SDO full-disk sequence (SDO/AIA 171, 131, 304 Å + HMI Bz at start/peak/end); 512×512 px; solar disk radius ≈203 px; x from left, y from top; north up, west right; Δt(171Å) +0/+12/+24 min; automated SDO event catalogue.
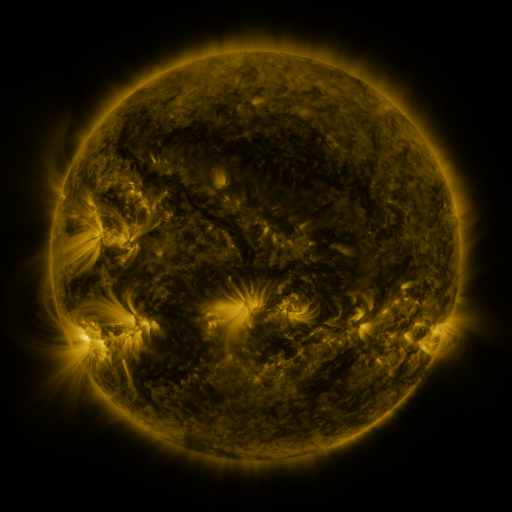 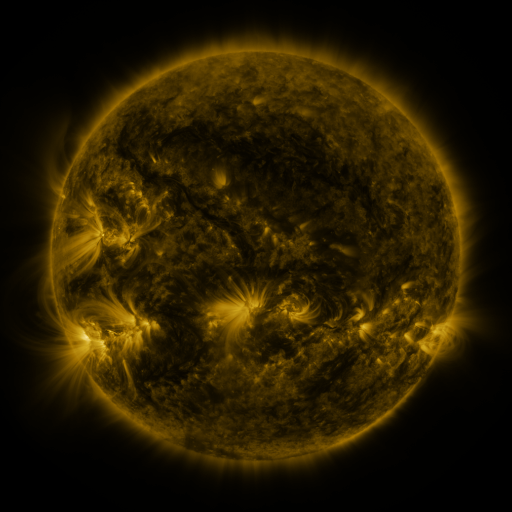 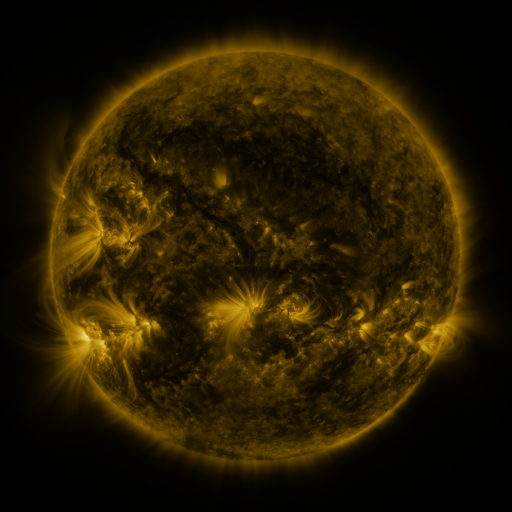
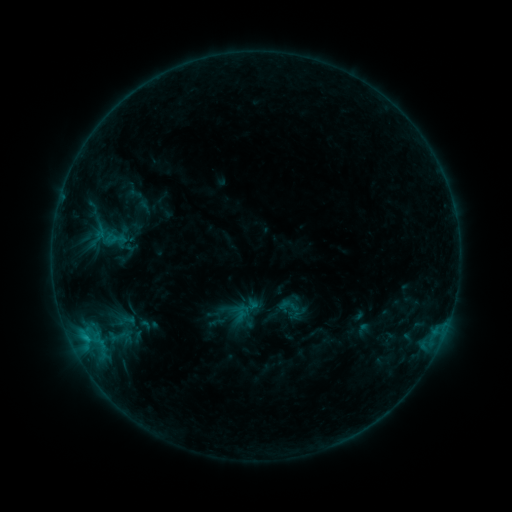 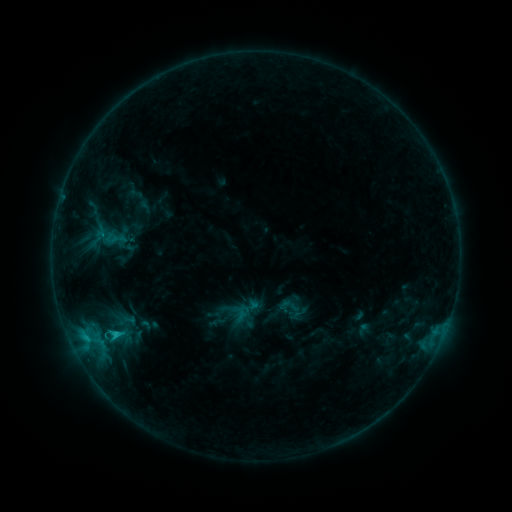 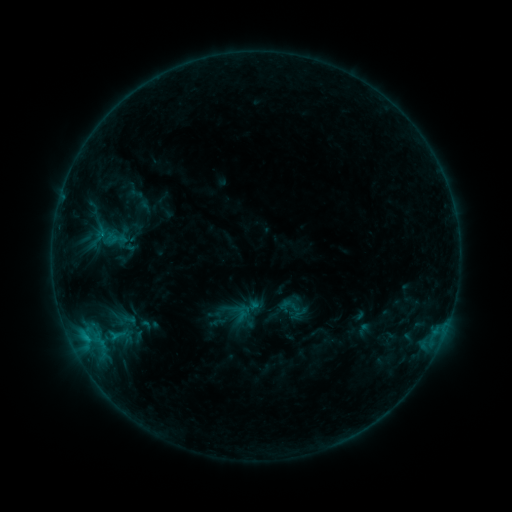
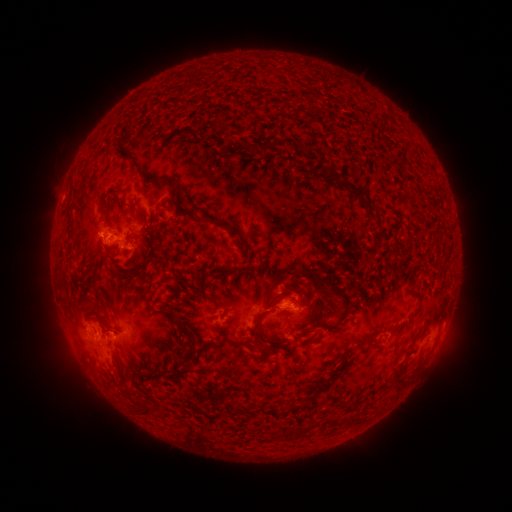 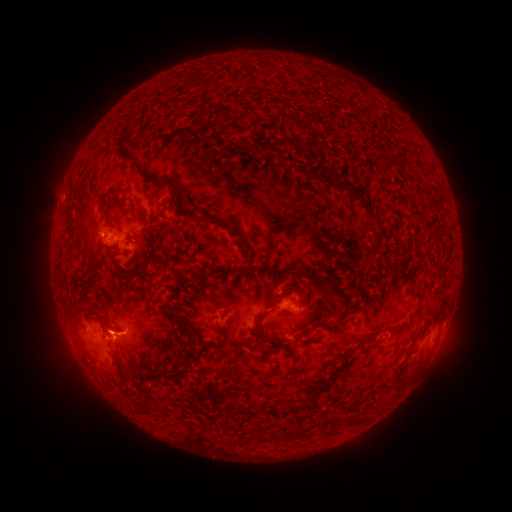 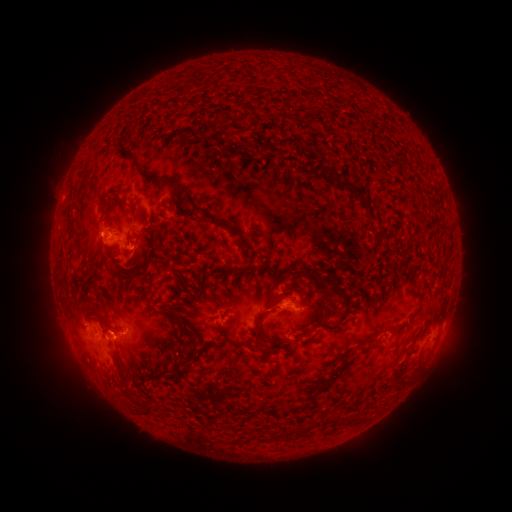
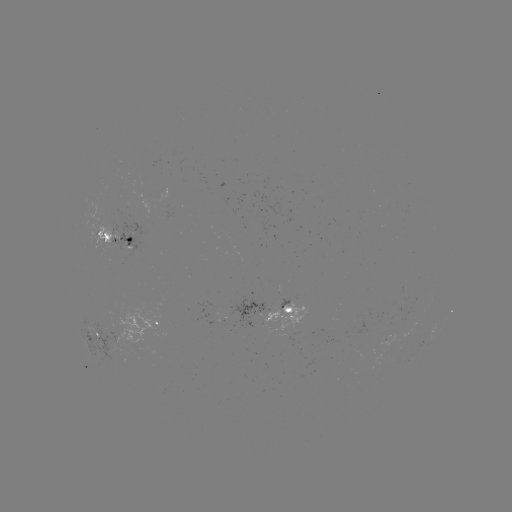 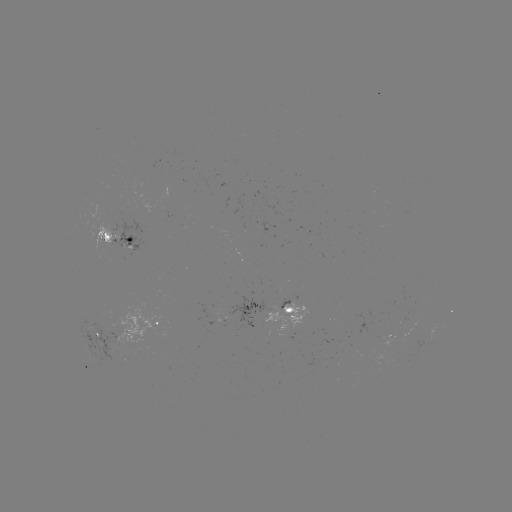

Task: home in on C1.2 flare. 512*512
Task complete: (117, 334).